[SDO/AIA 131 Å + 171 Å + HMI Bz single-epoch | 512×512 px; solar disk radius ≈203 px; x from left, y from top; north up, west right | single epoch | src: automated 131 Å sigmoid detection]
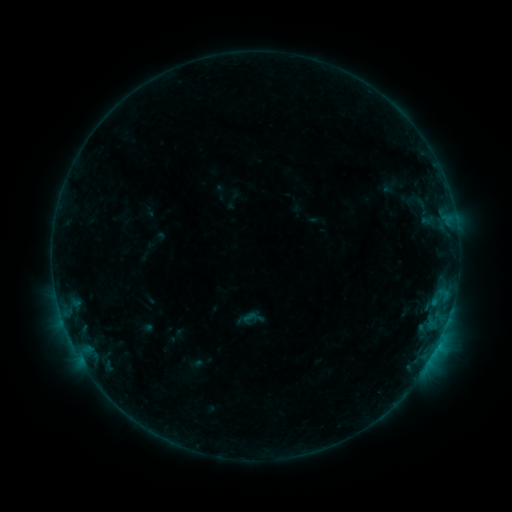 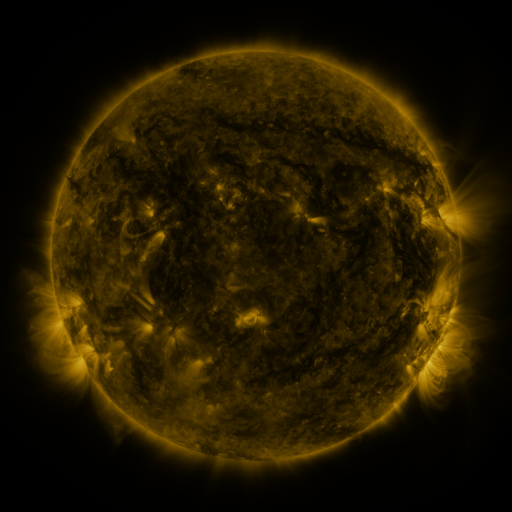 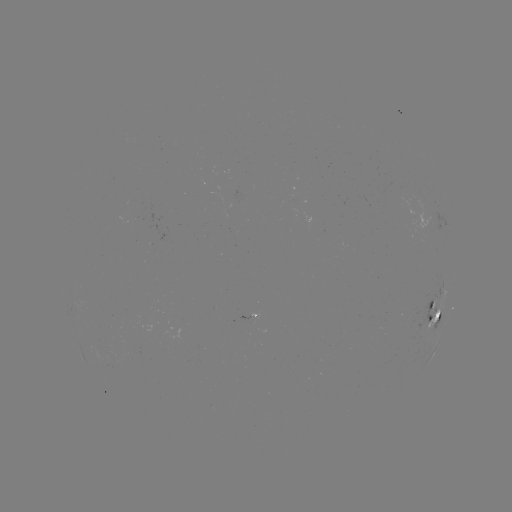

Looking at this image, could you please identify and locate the sigmoid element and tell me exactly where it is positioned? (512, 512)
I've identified sigmoid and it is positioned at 252,318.